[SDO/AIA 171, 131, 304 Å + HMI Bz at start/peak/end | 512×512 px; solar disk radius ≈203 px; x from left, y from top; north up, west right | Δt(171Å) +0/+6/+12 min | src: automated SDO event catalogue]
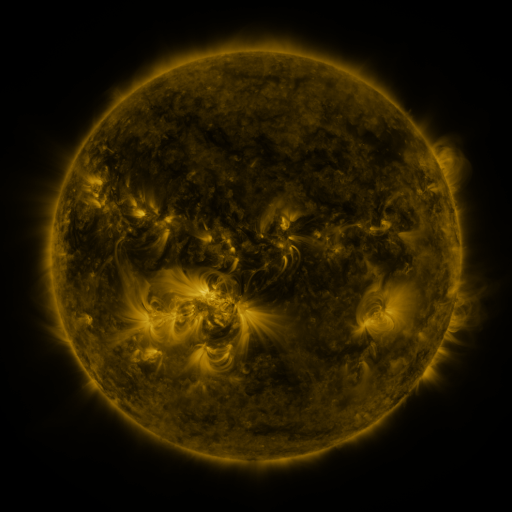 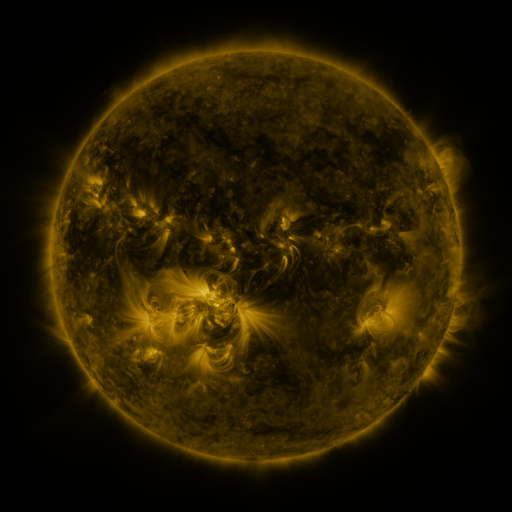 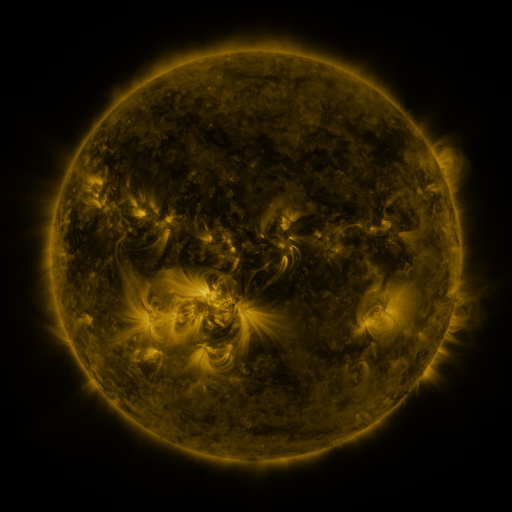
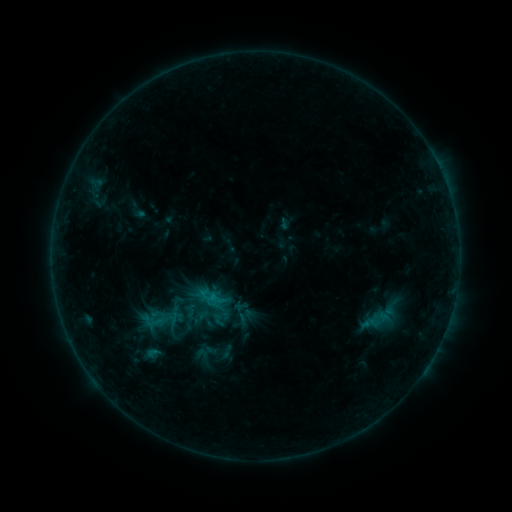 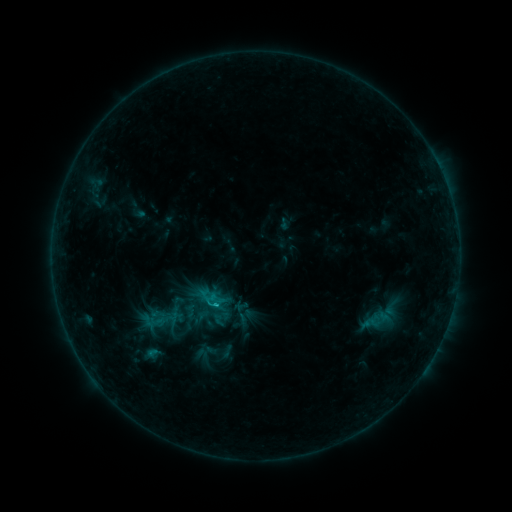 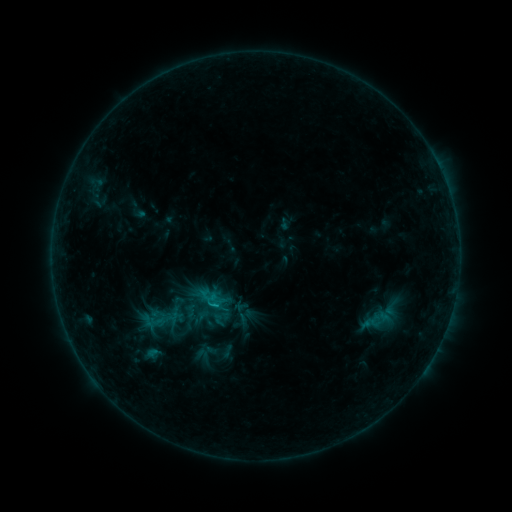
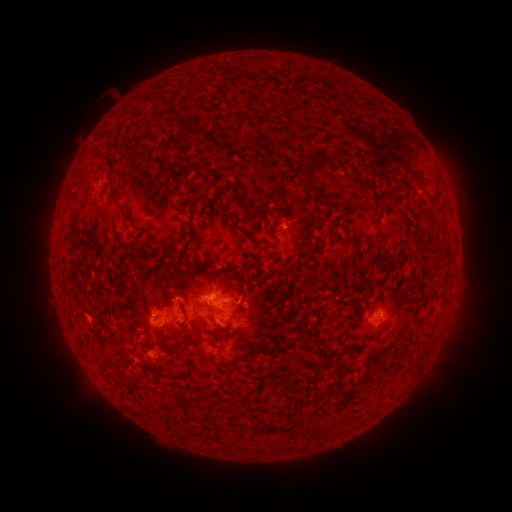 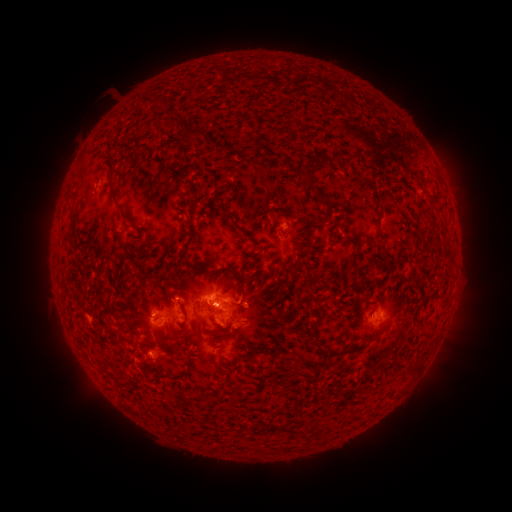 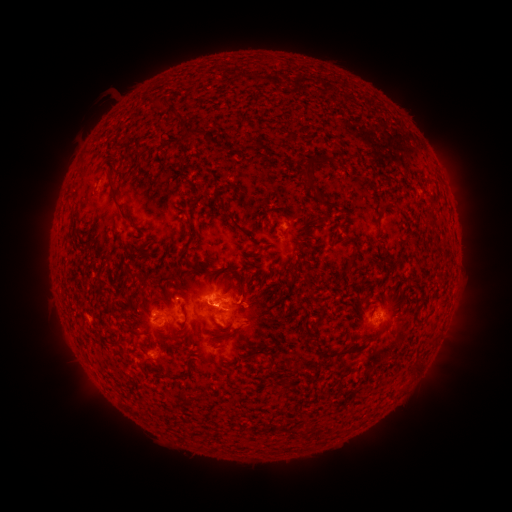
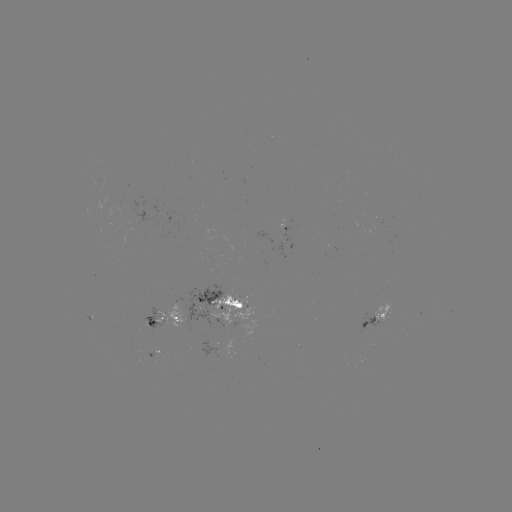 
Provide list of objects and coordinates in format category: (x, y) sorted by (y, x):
C1.1 flare: (217, 303)
